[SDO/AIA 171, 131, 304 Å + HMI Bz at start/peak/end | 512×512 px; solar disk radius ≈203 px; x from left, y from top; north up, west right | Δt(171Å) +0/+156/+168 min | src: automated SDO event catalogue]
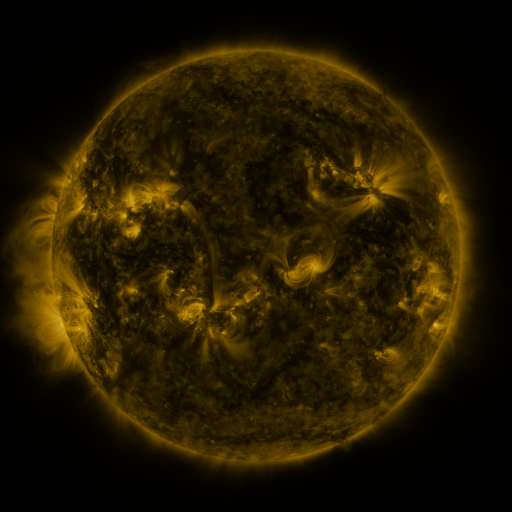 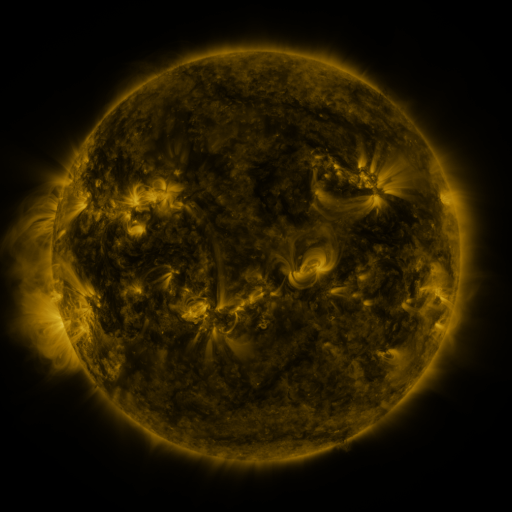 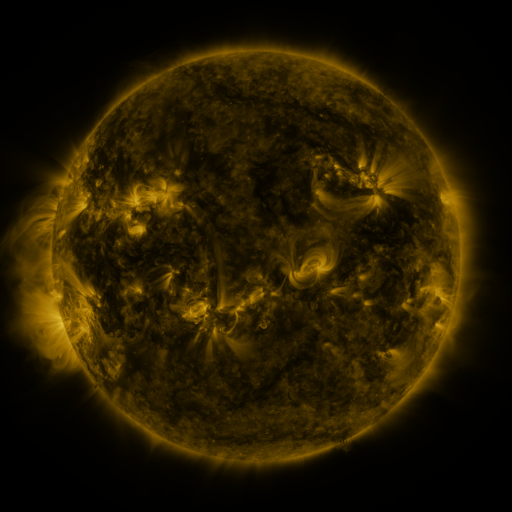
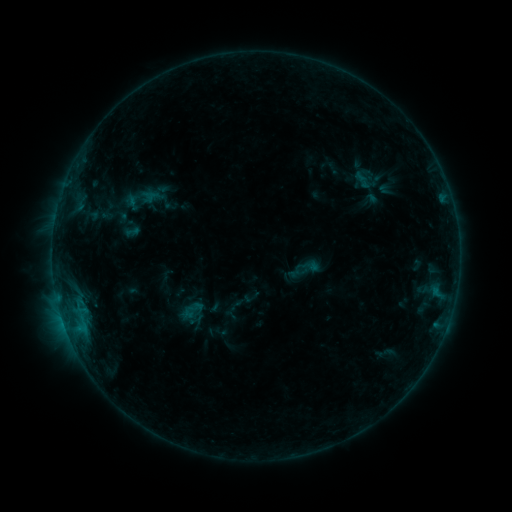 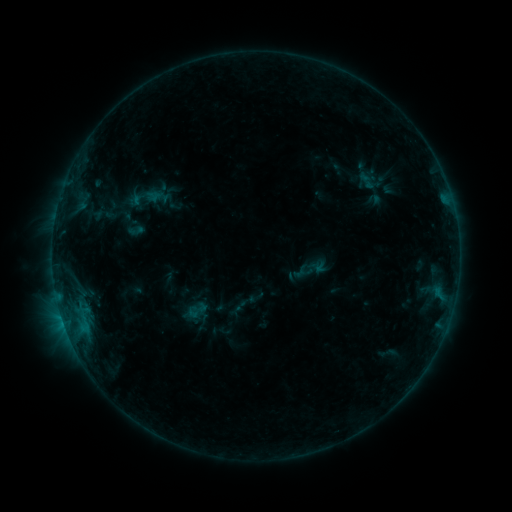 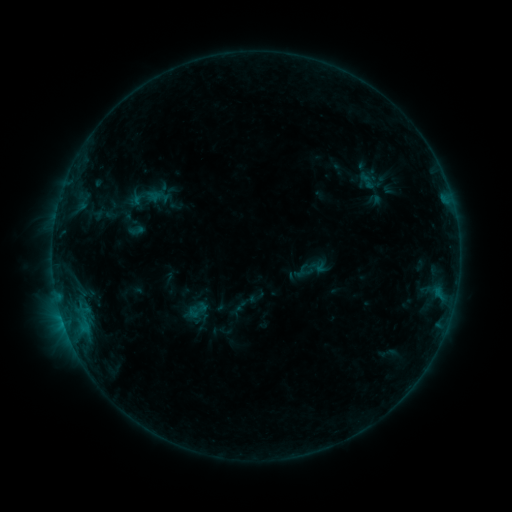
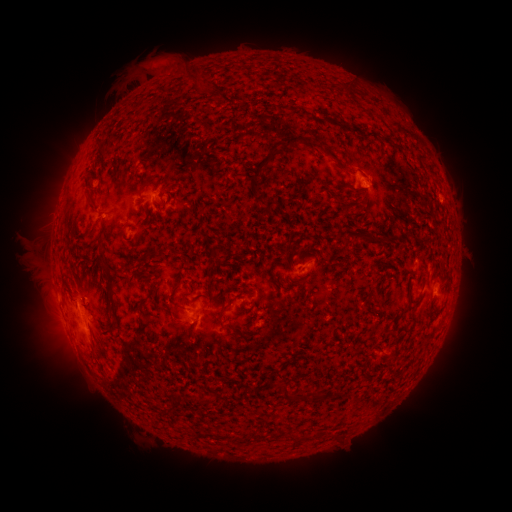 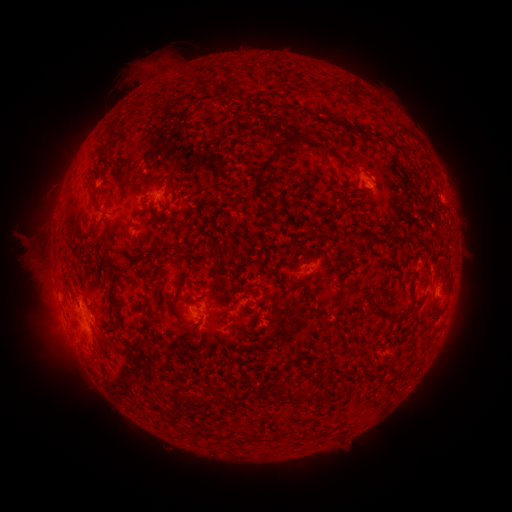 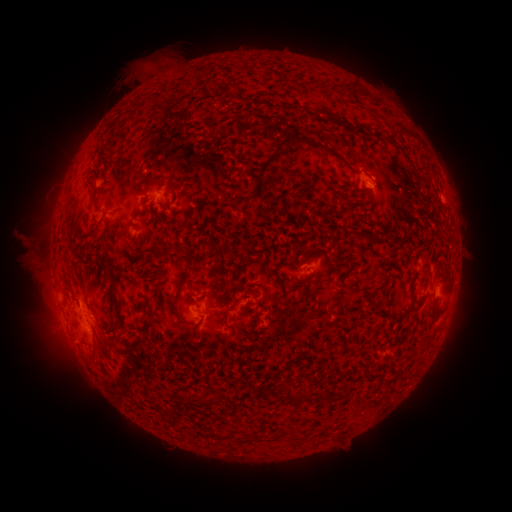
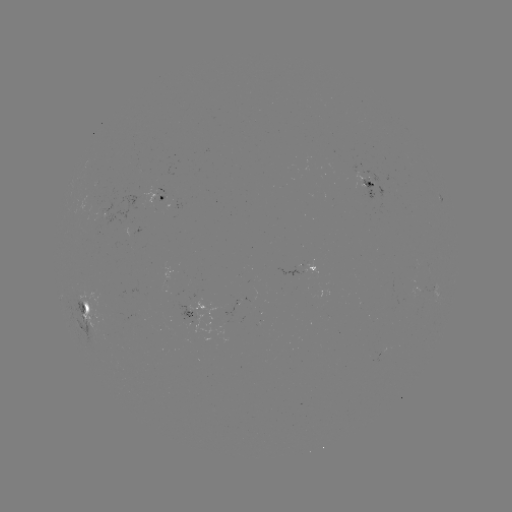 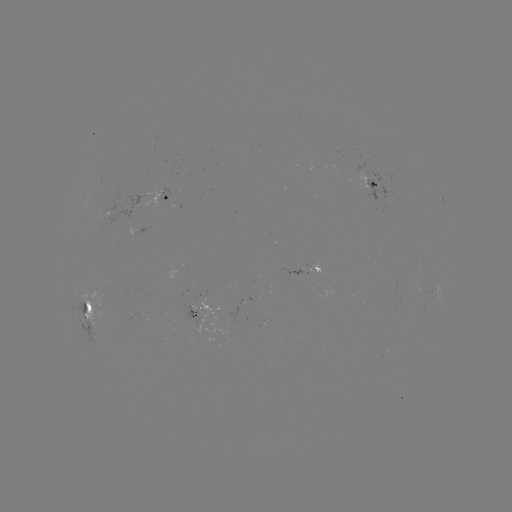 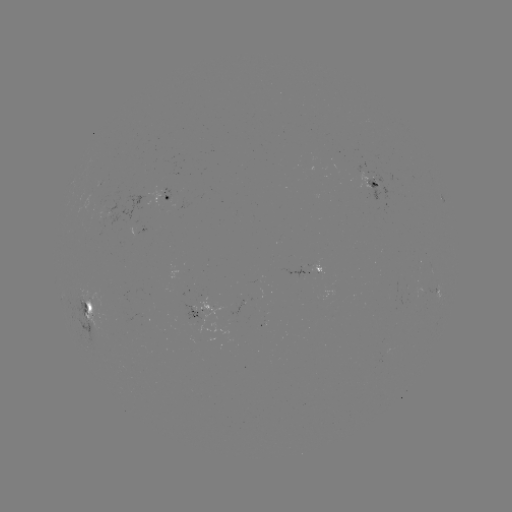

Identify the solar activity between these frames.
emerging-flux region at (191, 321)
